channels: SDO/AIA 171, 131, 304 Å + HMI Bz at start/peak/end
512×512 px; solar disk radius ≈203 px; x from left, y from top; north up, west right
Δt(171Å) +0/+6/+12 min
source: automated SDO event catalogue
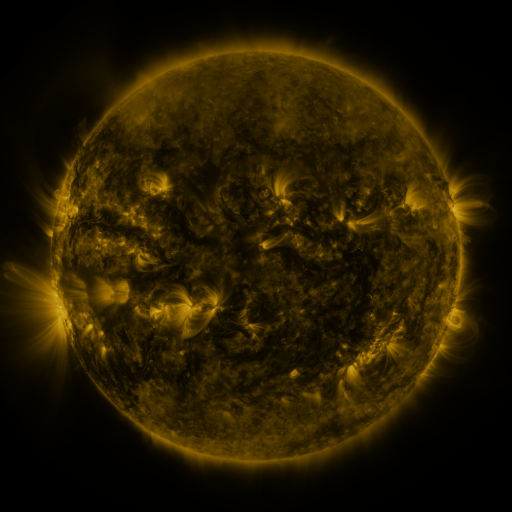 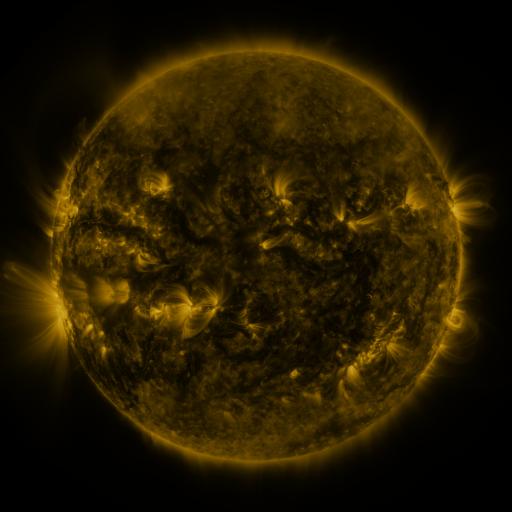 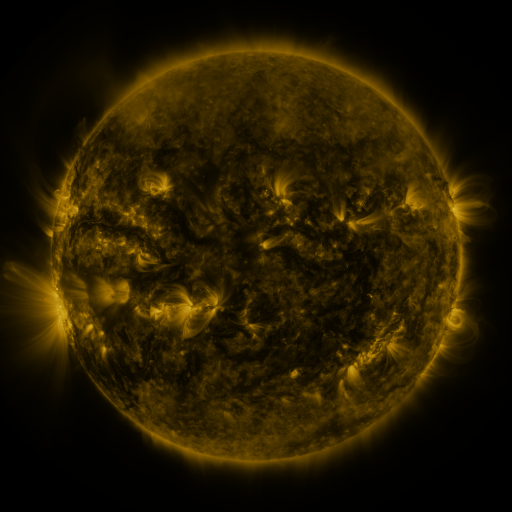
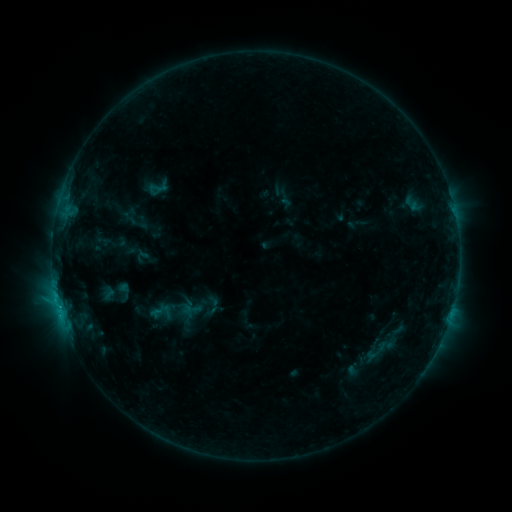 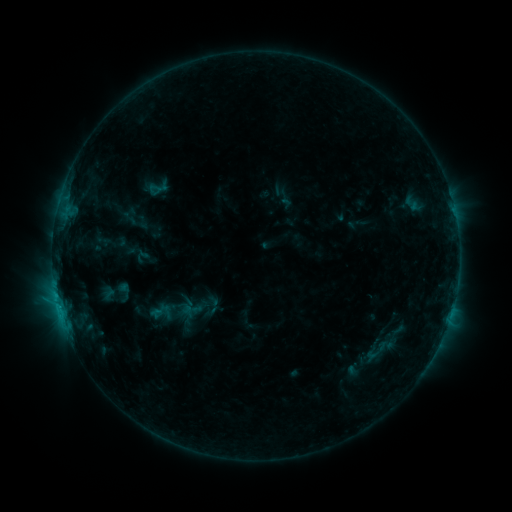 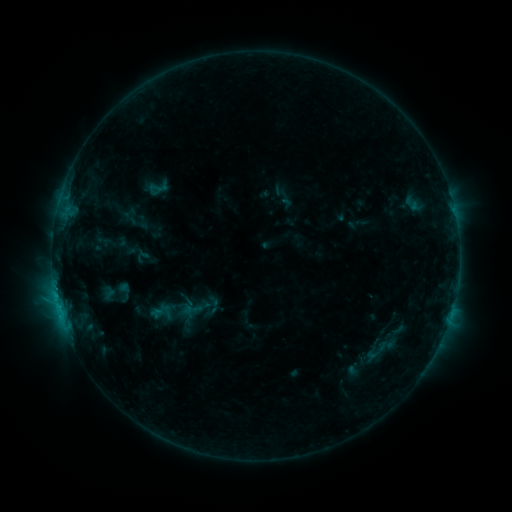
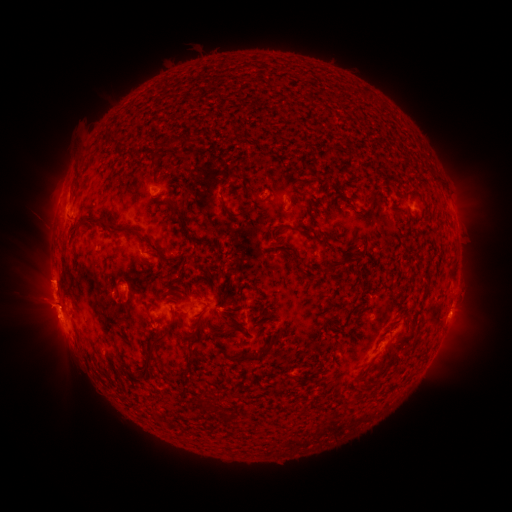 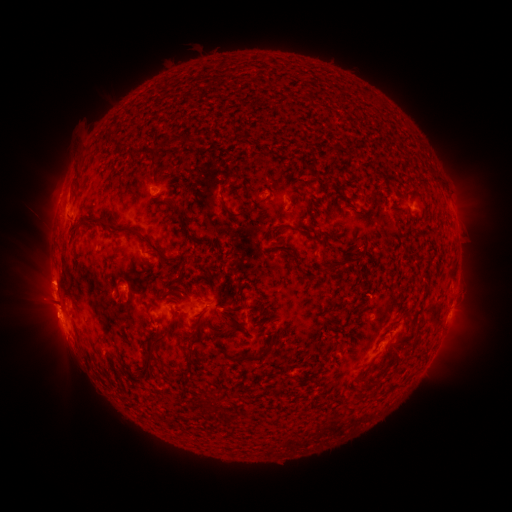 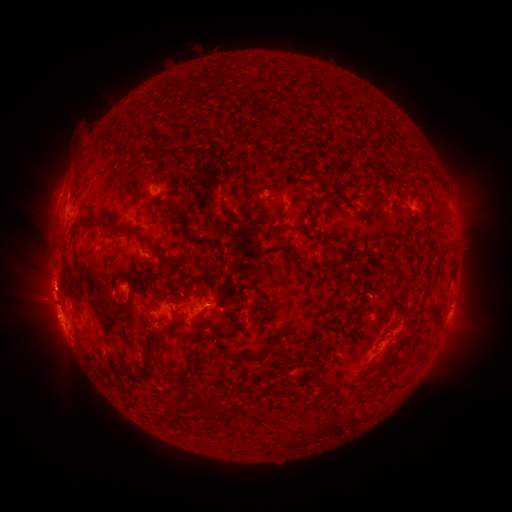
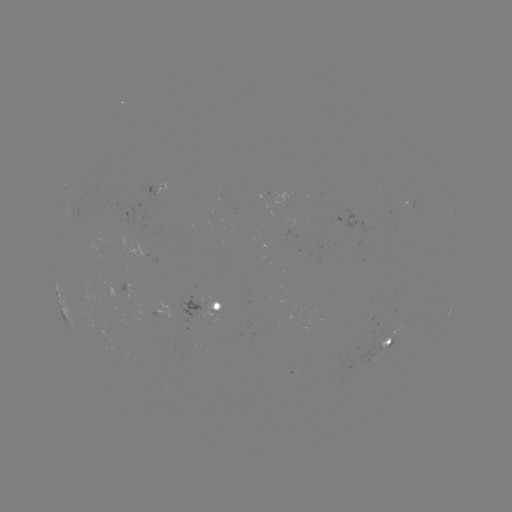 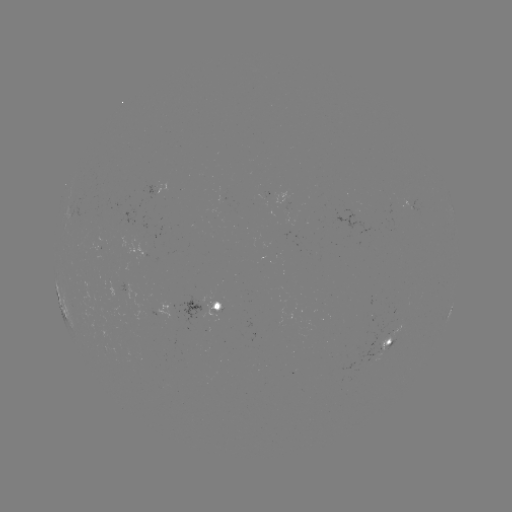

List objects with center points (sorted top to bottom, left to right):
eruption: (53, 285)
